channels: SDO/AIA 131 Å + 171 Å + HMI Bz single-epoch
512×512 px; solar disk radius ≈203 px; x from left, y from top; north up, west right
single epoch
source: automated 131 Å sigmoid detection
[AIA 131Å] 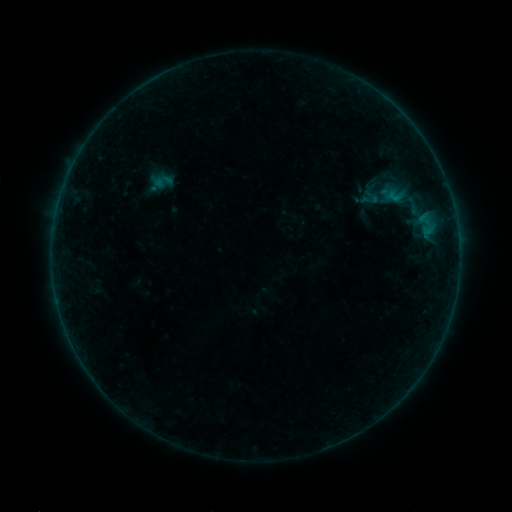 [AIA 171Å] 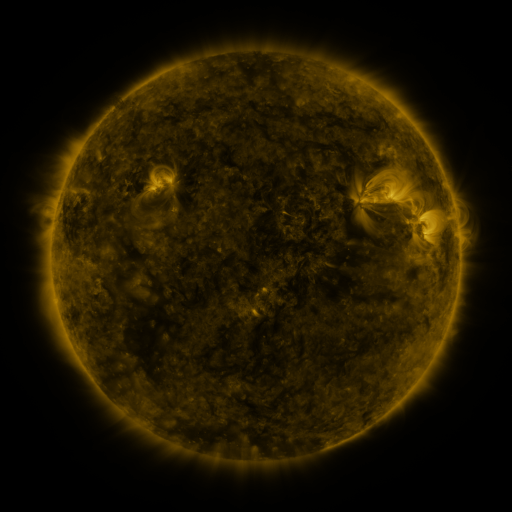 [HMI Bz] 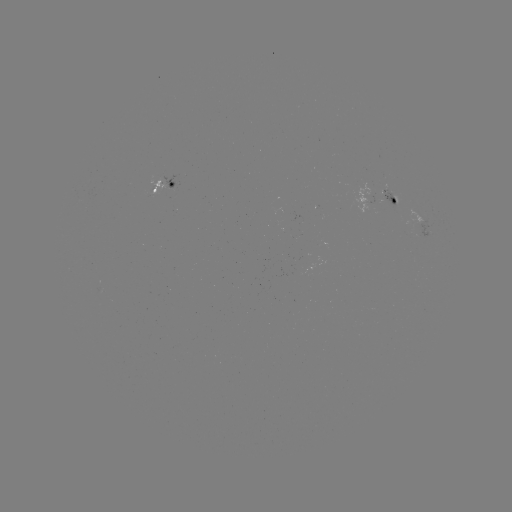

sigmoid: (361, 187, 383, 207)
